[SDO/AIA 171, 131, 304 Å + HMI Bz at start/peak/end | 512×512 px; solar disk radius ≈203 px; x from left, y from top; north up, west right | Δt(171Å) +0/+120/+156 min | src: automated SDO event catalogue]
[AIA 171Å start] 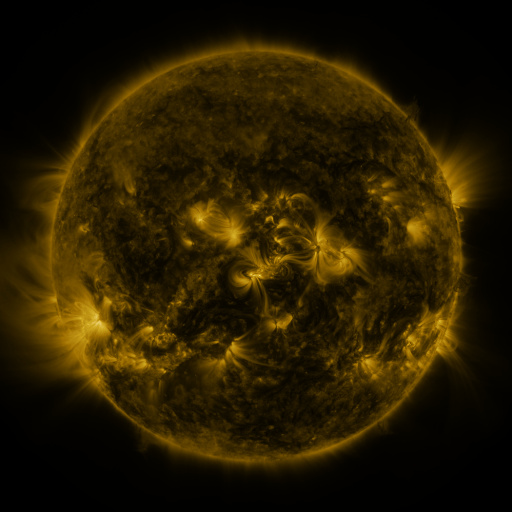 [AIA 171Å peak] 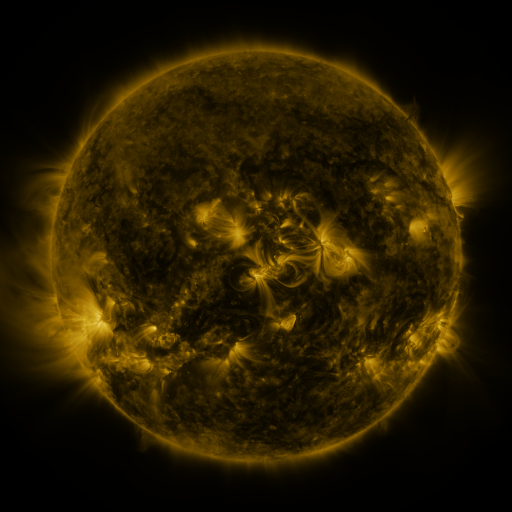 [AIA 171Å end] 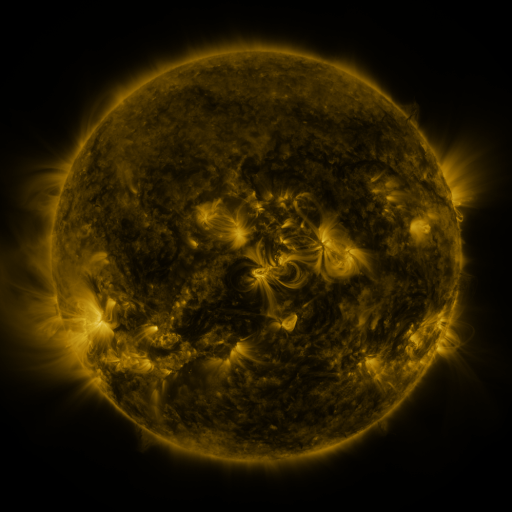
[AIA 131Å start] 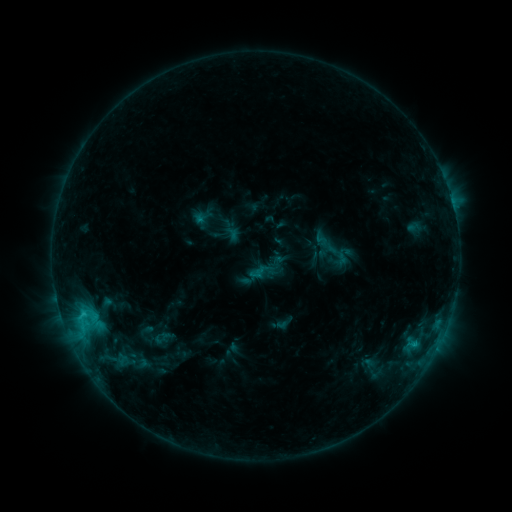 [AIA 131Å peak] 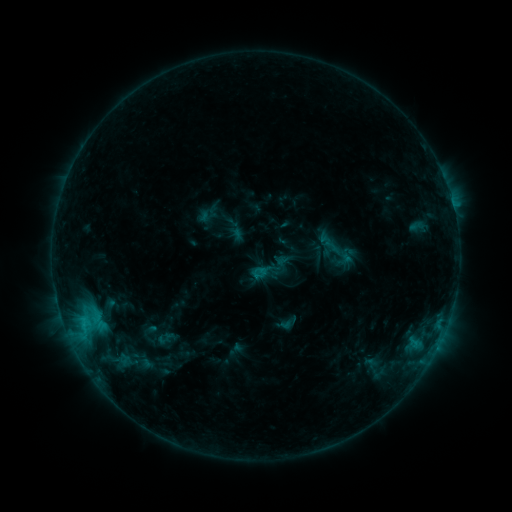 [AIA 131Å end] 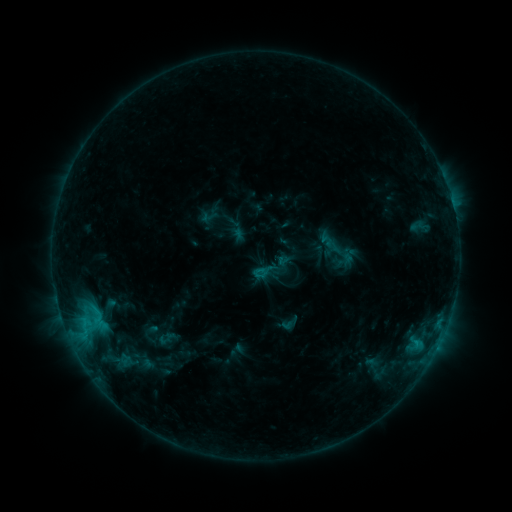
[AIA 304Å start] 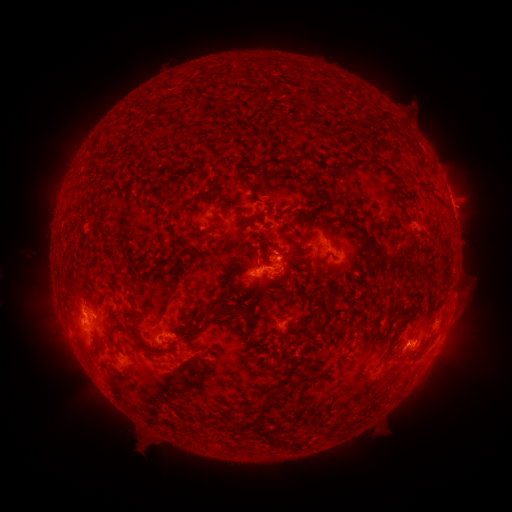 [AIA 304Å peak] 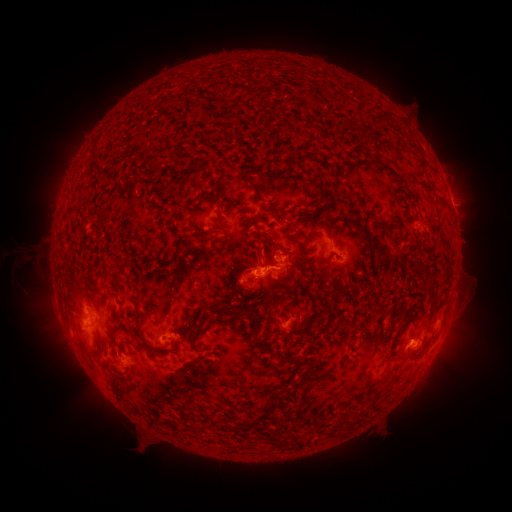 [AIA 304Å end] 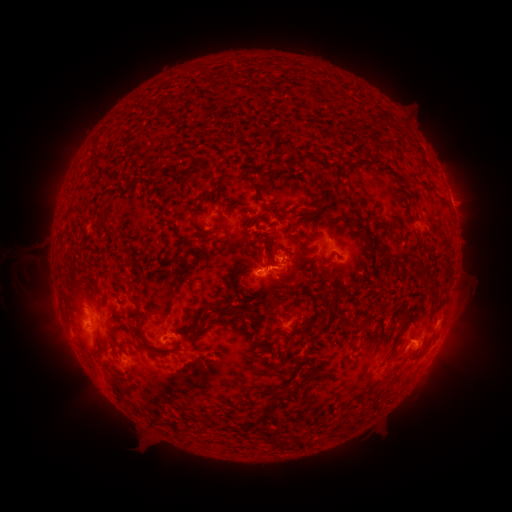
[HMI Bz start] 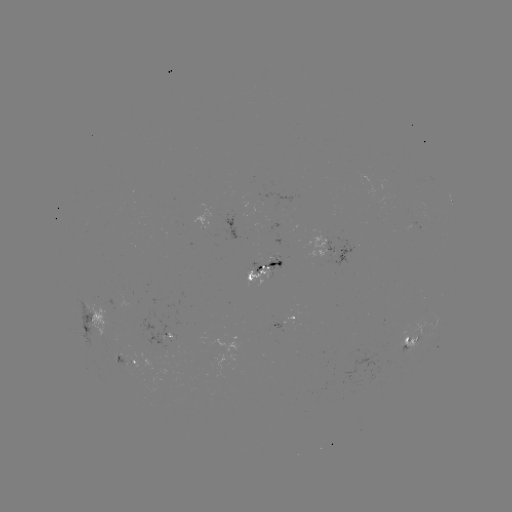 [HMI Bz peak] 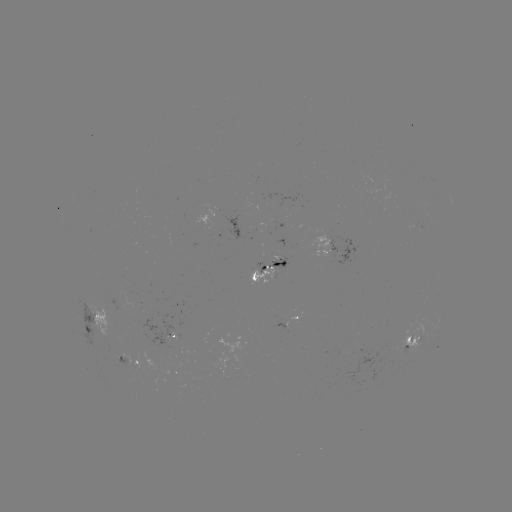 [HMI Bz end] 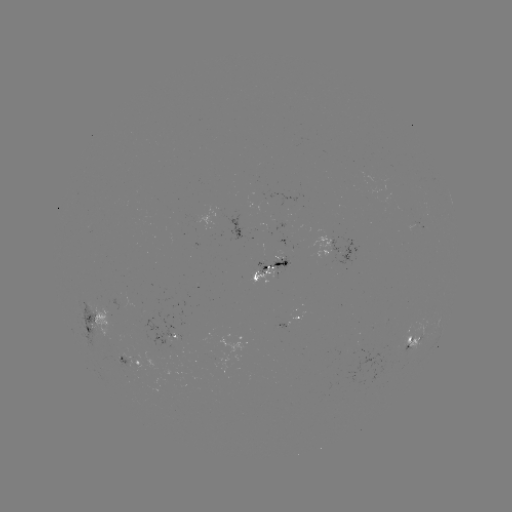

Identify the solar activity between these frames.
emerging-flux region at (169, 342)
